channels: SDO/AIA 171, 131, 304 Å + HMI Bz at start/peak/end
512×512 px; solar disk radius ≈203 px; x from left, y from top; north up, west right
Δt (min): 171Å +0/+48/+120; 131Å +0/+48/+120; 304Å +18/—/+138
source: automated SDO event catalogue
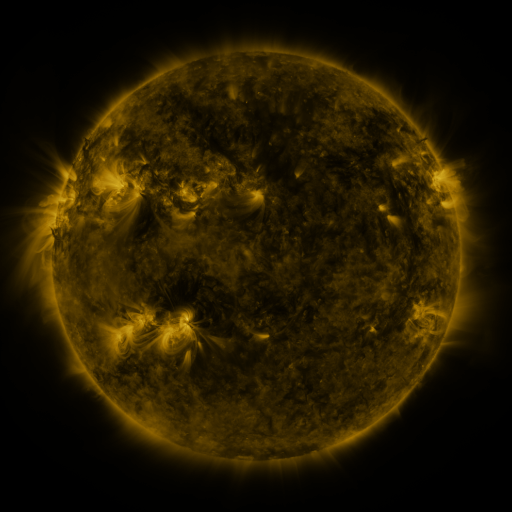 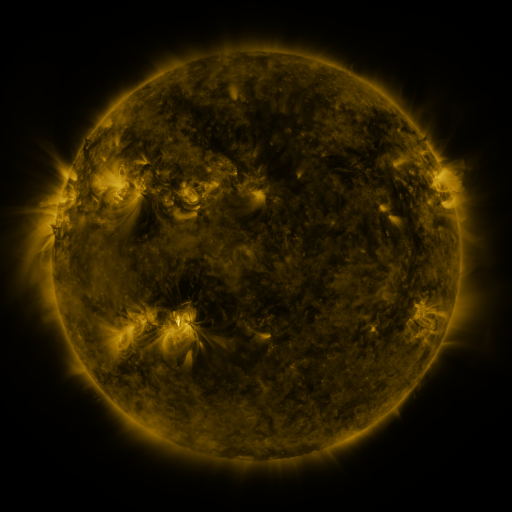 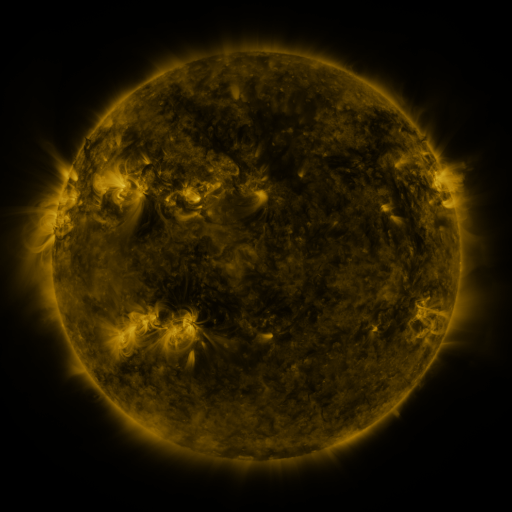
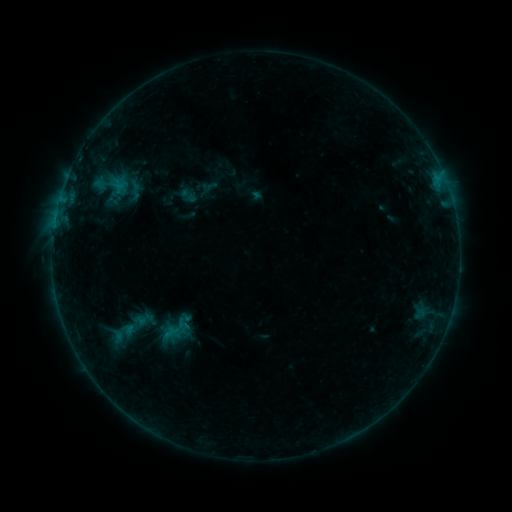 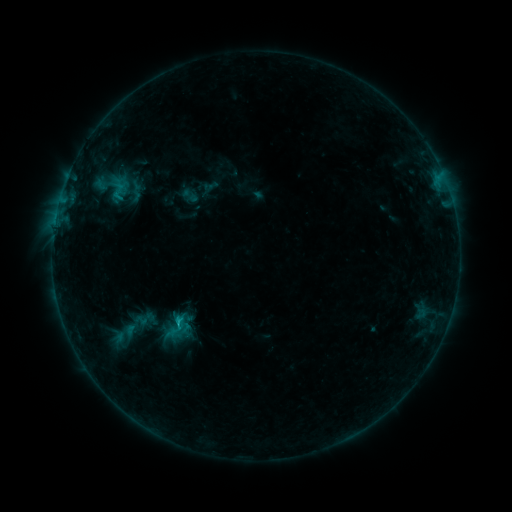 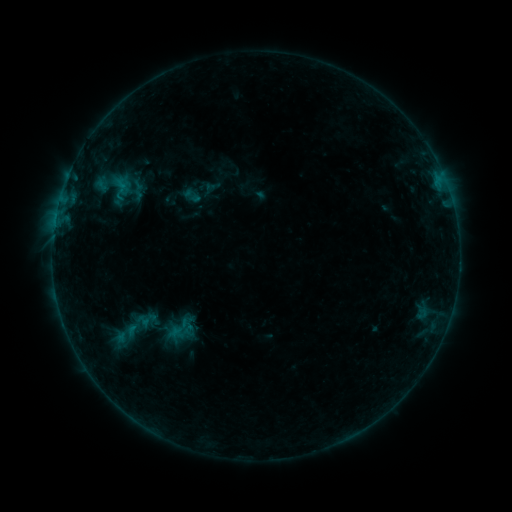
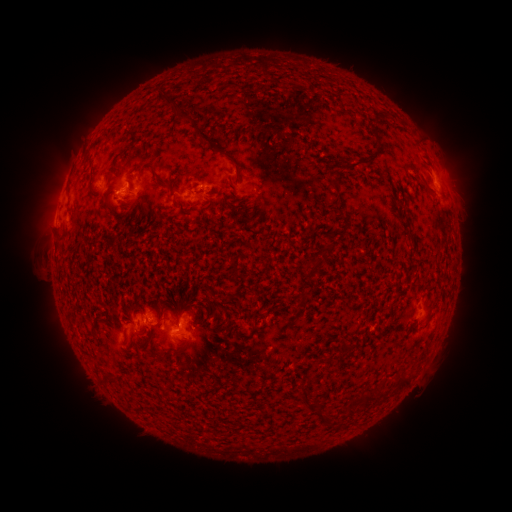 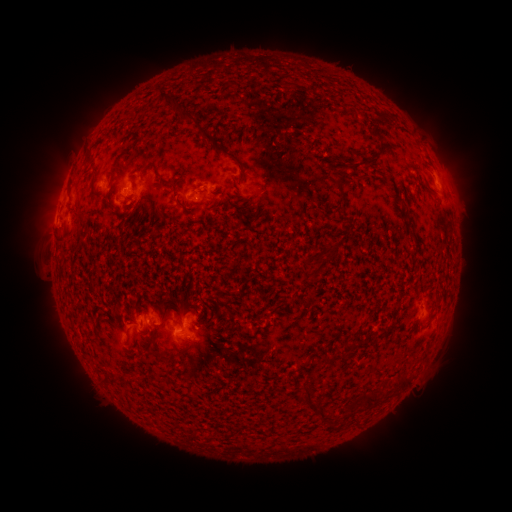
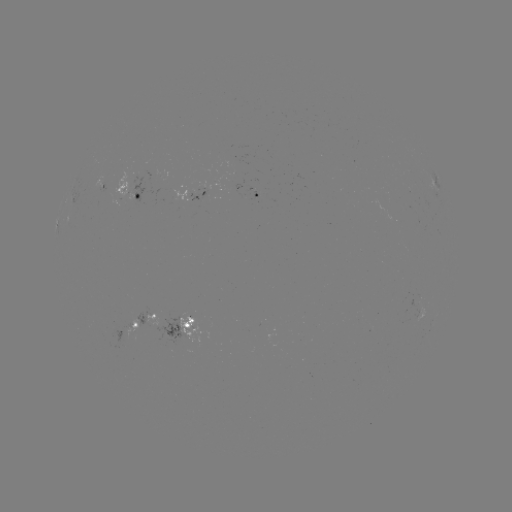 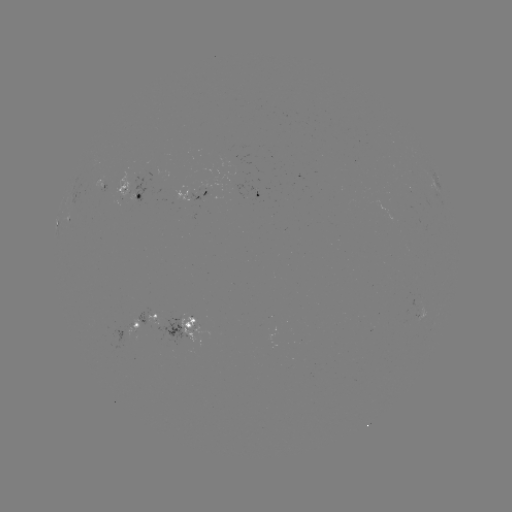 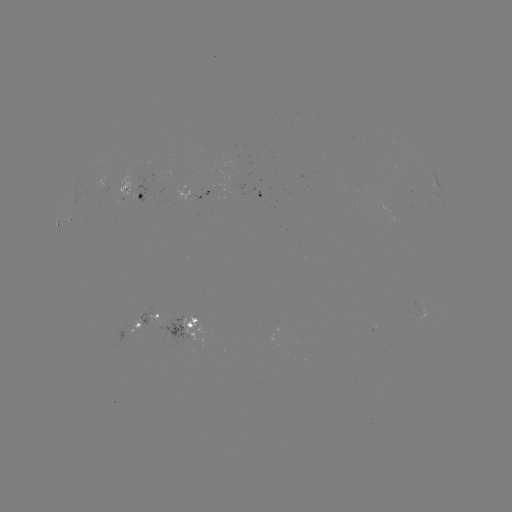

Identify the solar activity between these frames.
B7.5 flare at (181, 323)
